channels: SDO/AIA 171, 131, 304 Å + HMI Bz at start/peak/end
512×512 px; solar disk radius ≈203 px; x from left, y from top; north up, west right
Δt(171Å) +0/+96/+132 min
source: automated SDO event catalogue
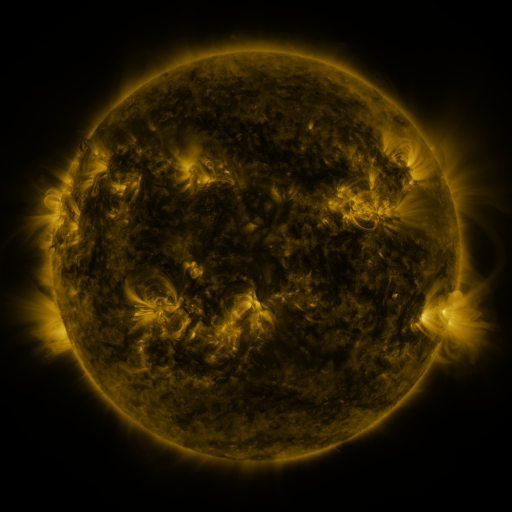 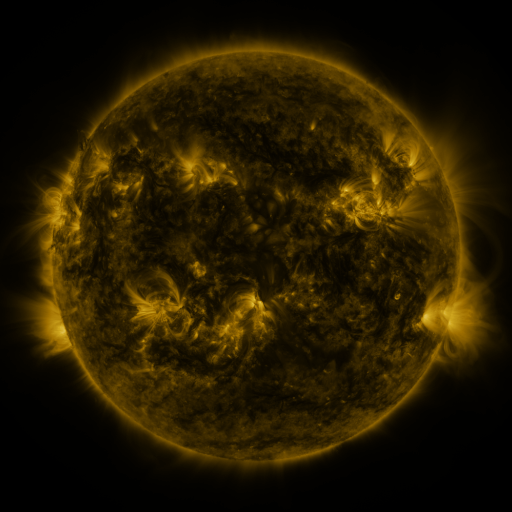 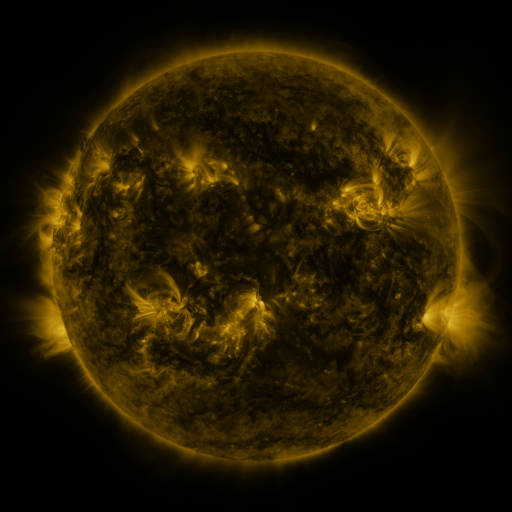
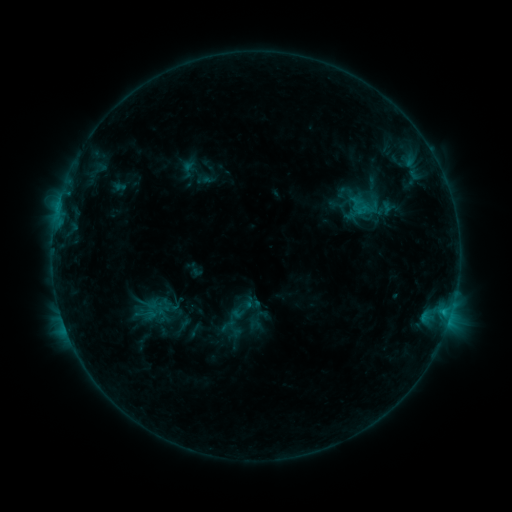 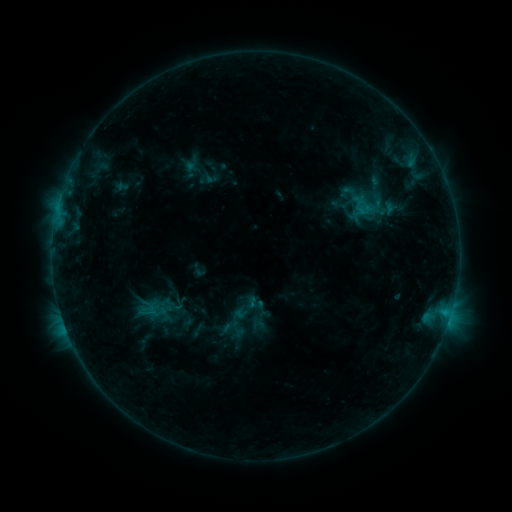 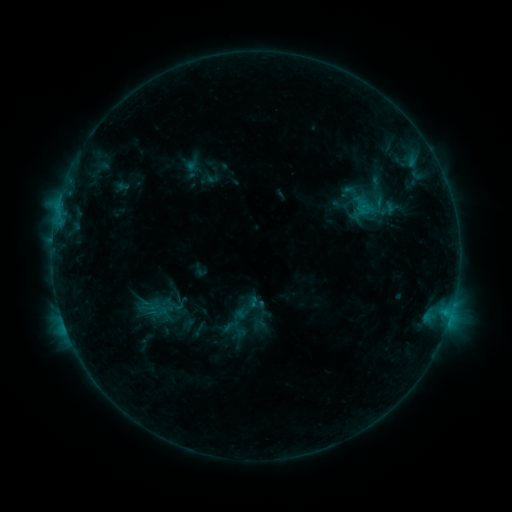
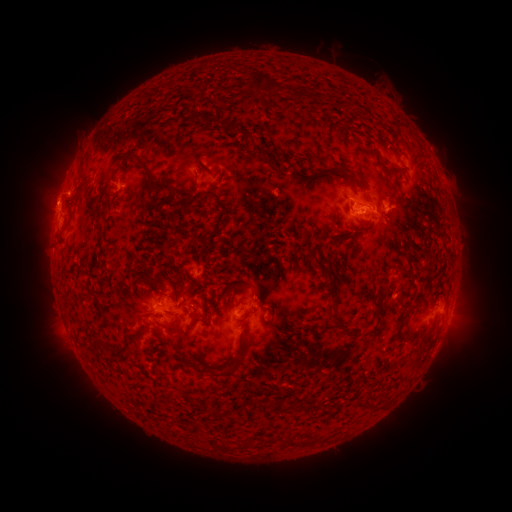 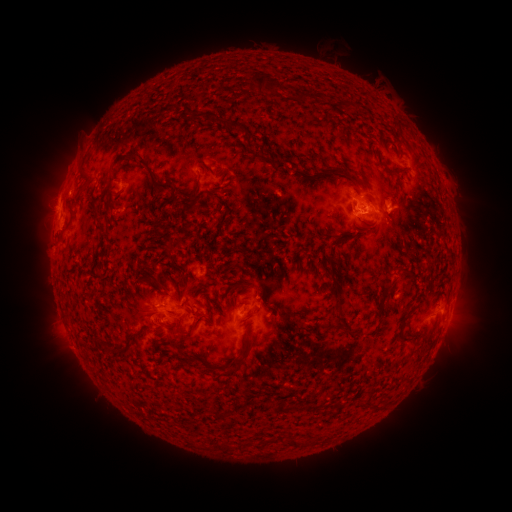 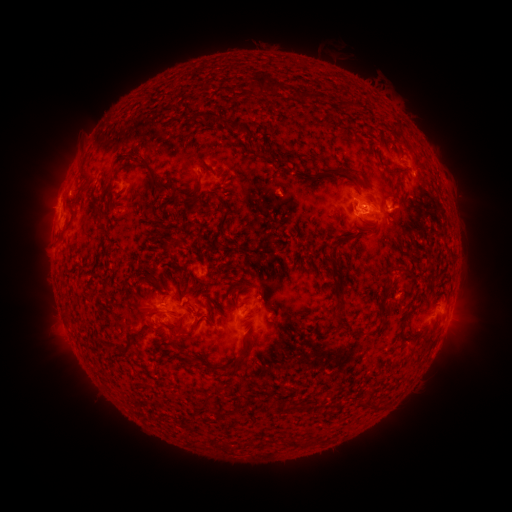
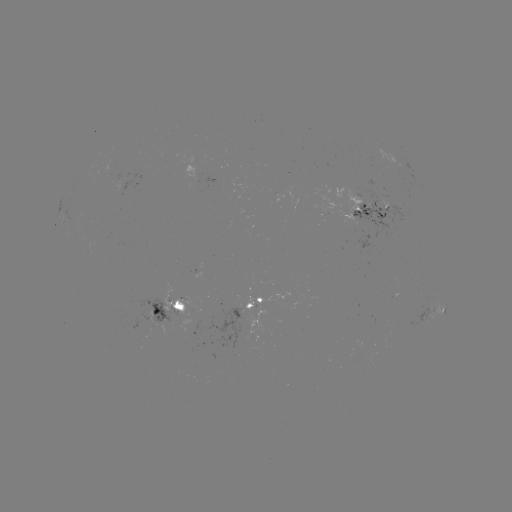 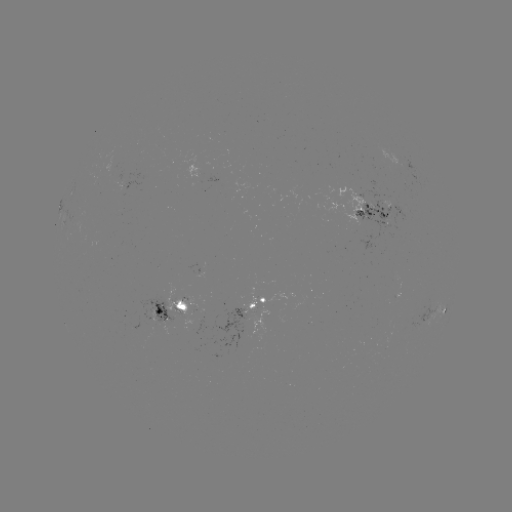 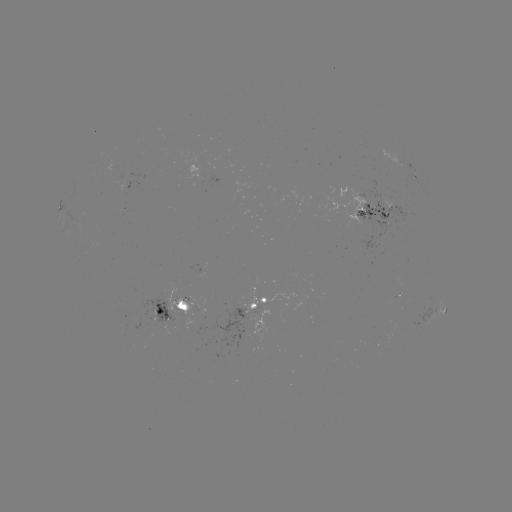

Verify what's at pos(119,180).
emerging-flux region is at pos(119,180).